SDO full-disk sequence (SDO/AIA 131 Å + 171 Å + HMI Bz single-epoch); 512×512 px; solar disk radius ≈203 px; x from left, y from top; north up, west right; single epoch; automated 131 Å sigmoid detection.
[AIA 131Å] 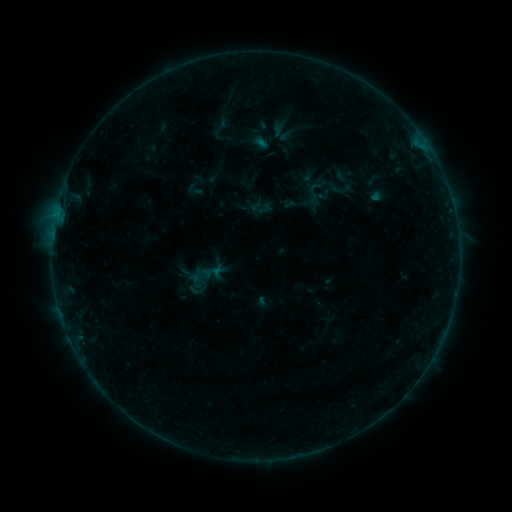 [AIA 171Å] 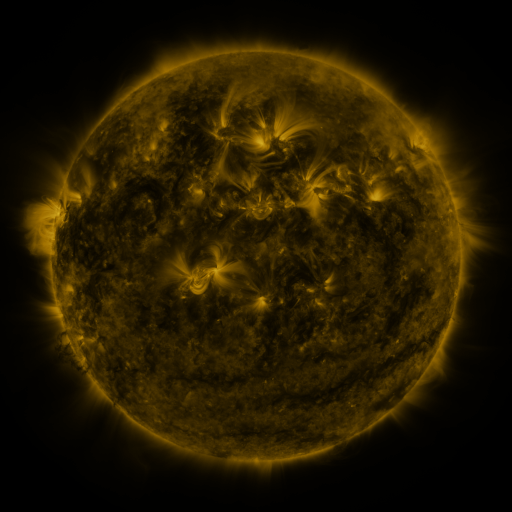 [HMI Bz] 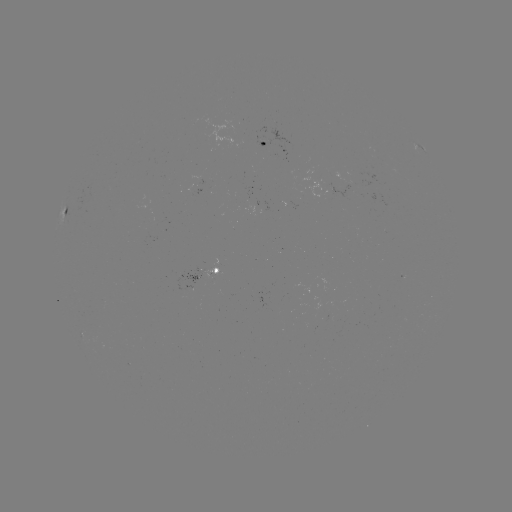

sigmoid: <bbox>300, 180, 328, 207</bbox>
